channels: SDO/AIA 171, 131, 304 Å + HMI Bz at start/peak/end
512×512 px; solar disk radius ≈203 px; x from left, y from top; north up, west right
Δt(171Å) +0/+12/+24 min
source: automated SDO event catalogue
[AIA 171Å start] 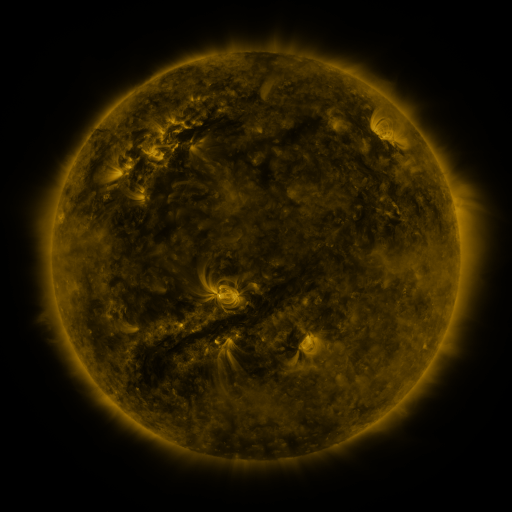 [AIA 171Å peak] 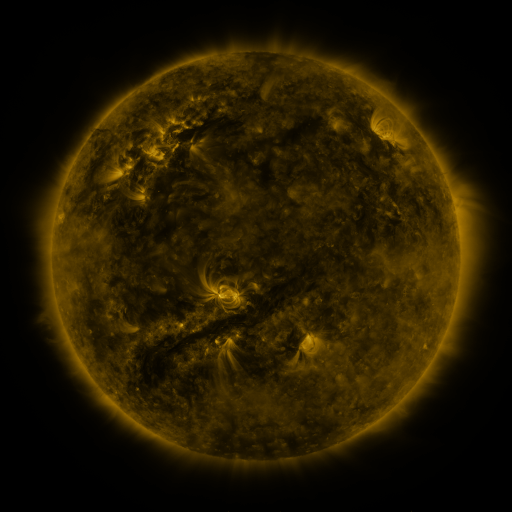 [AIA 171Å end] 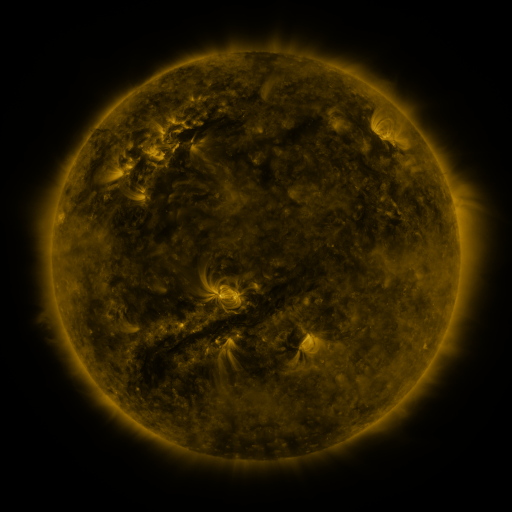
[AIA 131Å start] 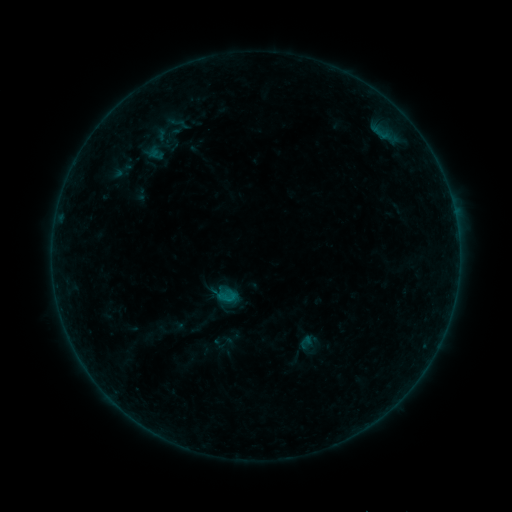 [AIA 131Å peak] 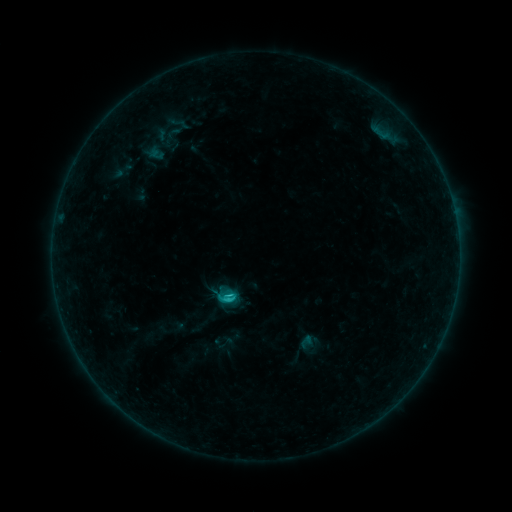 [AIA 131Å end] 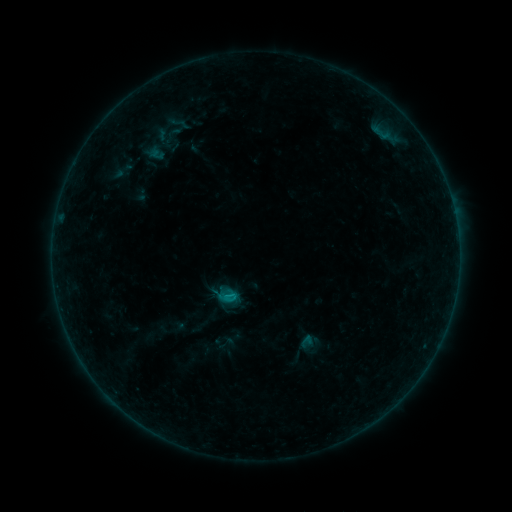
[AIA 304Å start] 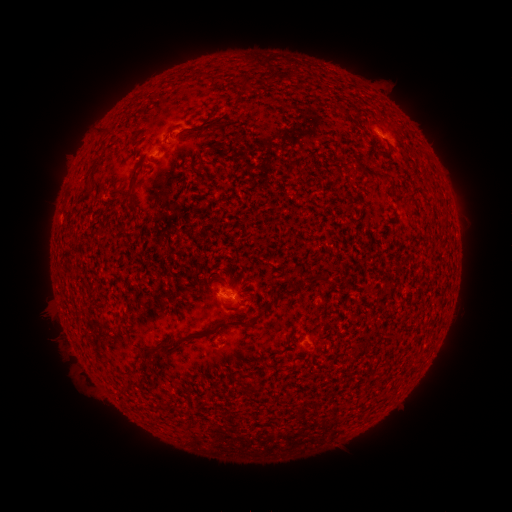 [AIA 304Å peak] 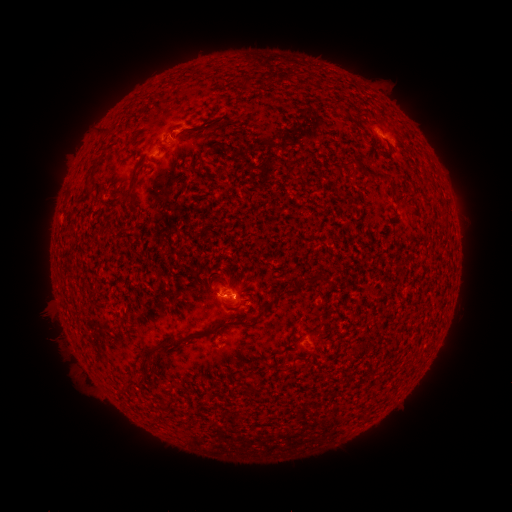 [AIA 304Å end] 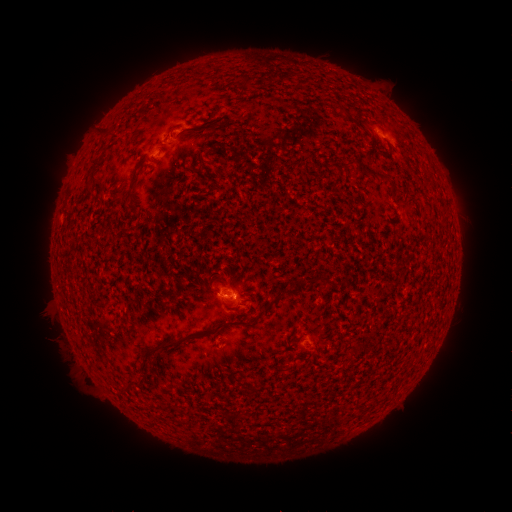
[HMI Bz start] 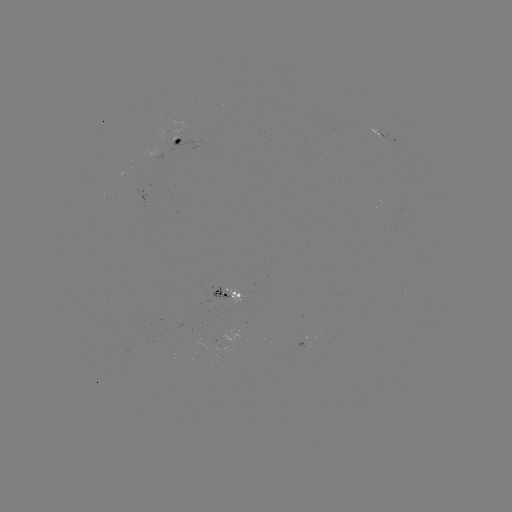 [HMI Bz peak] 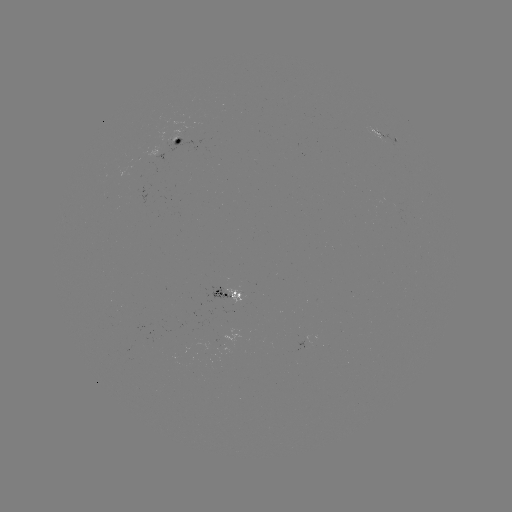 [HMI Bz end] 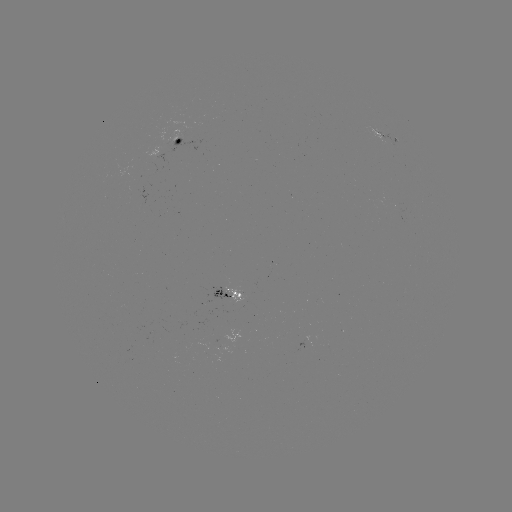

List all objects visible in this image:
C1.1 flare: (235, 297)
